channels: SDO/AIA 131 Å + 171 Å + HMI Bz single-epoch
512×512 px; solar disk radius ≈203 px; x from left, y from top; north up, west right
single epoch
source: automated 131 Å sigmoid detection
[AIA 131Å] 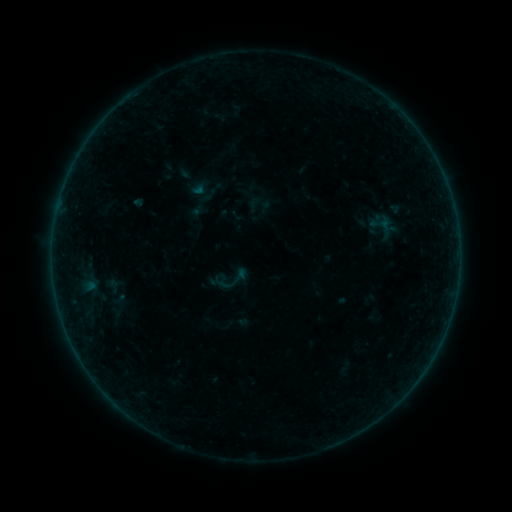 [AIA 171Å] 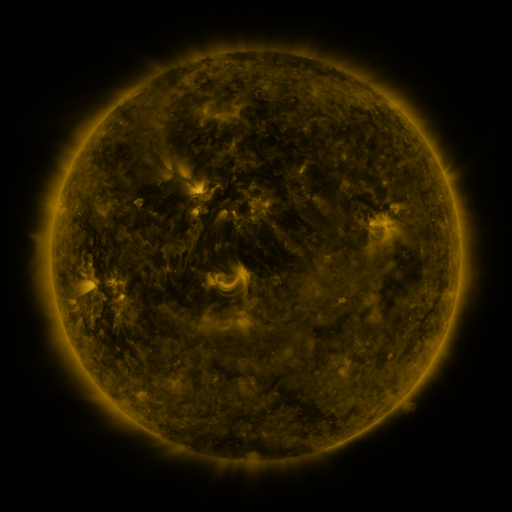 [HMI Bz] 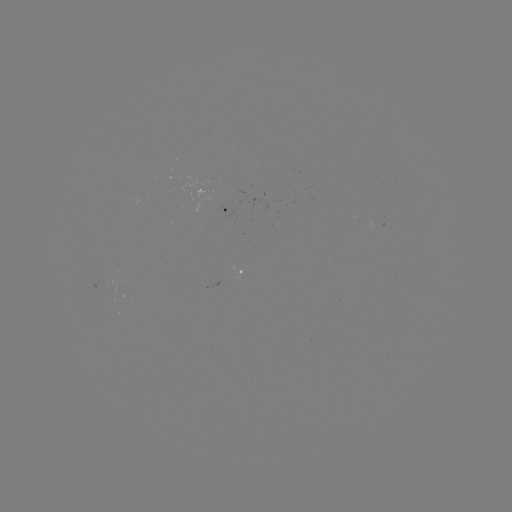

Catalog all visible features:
sigmoid: [217, 263, 250, 296]
